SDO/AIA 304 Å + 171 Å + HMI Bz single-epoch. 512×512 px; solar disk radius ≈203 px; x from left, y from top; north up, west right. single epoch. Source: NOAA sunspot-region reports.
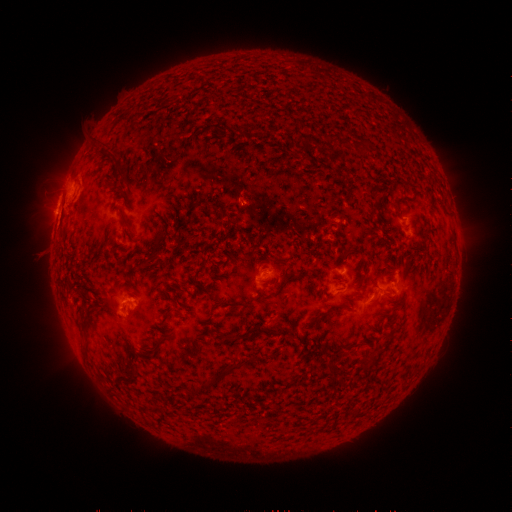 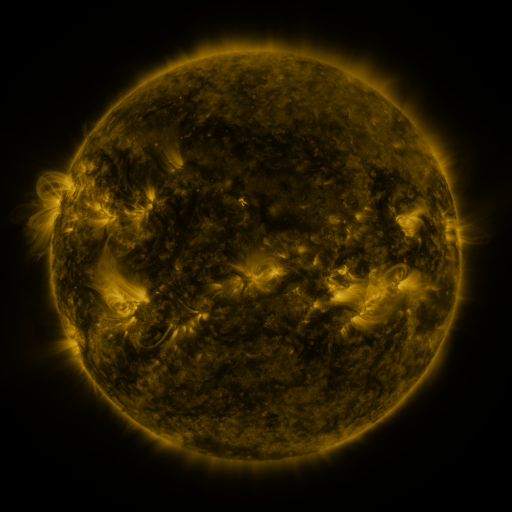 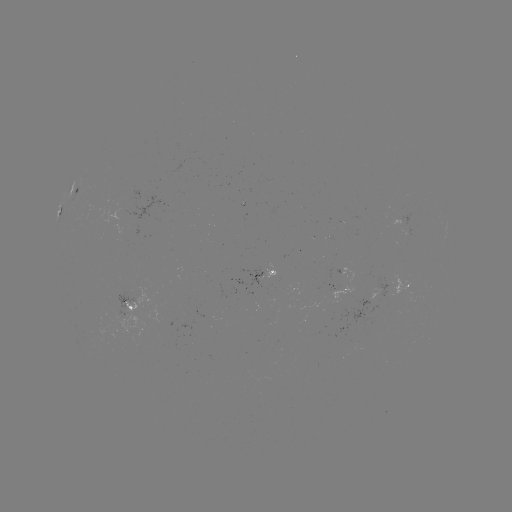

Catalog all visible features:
spotted active region: (77, 192)
spotted active region: (63, 209)
spotted active region: (273, 271)
spotted active region: (334, 286)
spotted active region: (407, 286)
spotted active region: (369, 300)
spotted active region: (132, 307)
